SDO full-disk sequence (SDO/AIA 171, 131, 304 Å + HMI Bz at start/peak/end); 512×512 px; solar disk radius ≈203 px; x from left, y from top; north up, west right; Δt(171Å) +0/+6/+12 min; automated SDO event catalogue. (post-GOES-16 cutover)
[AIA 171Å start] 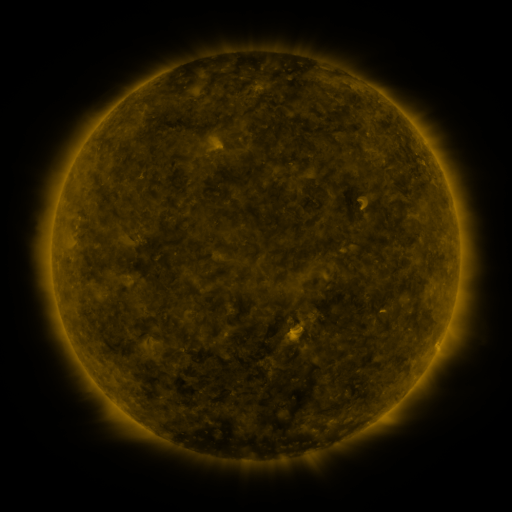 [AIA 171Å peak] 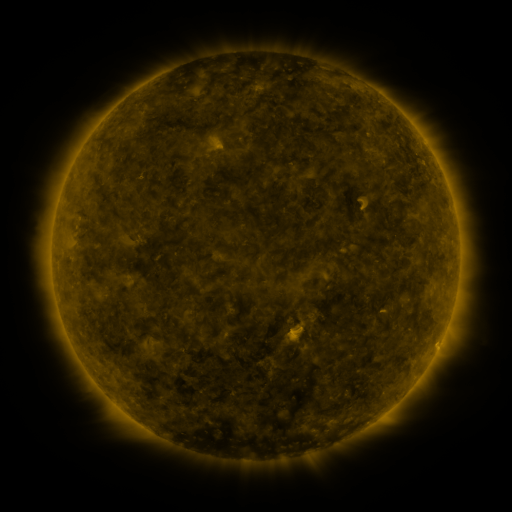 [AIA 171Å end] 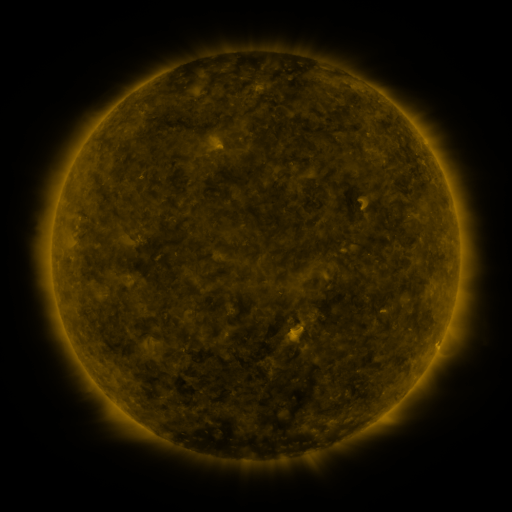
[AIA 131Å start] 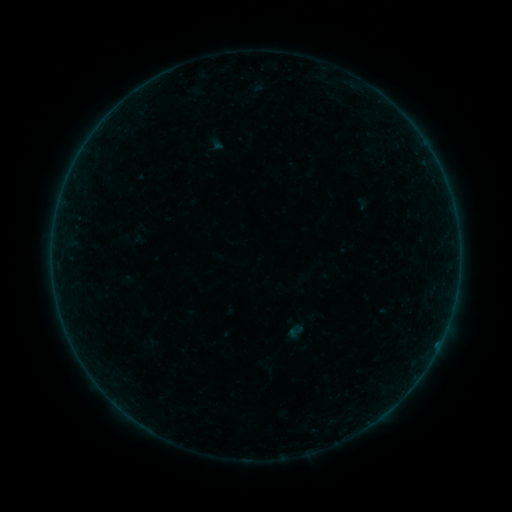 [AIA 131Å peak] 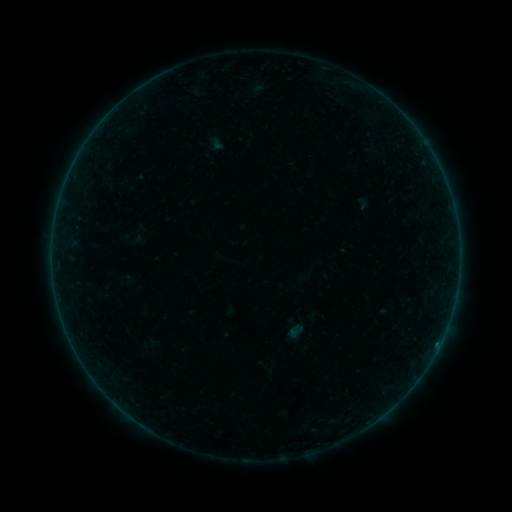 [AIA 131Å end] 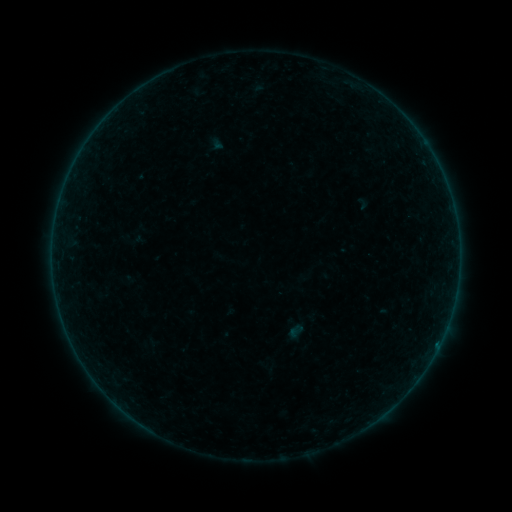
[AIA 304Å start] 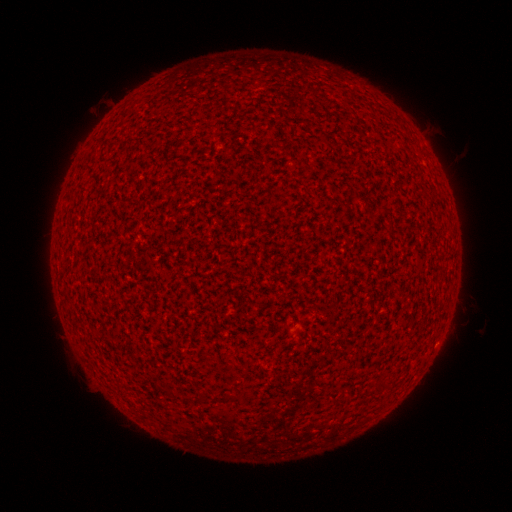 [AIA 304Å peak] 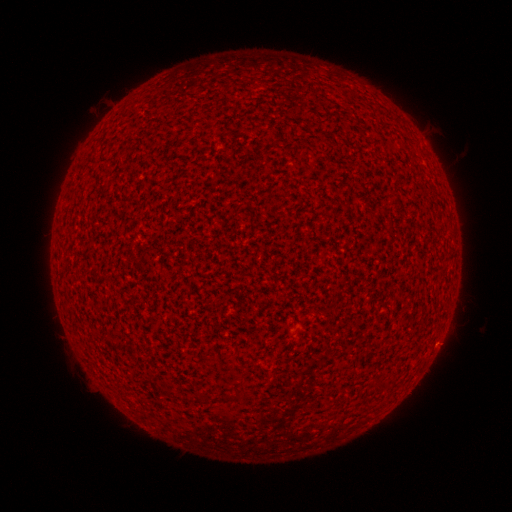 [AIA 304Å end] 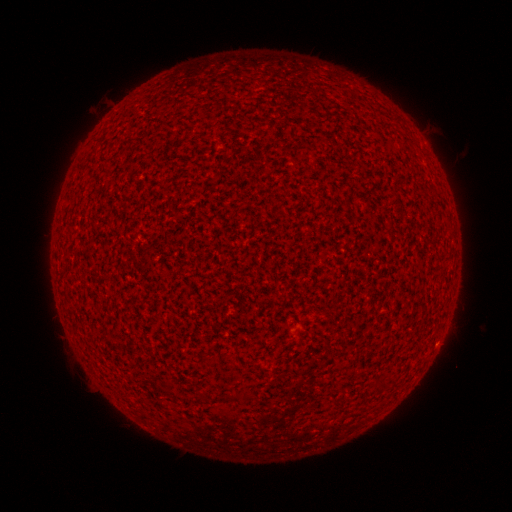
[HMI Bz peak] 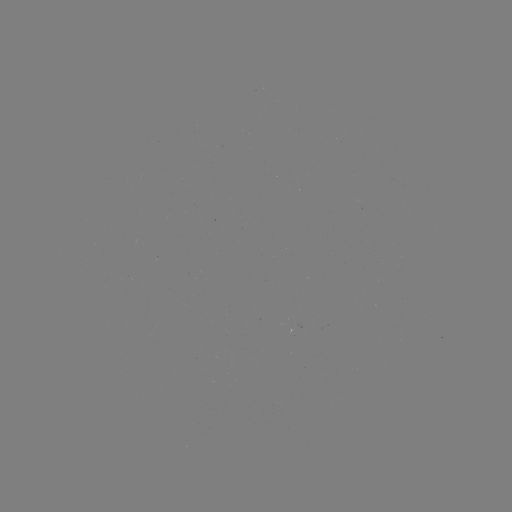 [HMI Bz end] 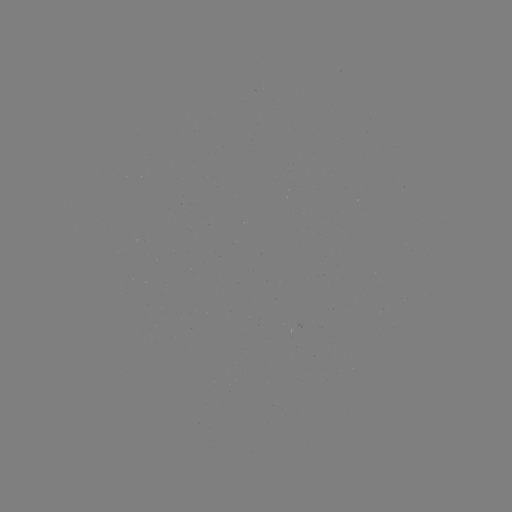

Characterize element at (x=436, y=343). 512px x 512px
A3.2 flare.